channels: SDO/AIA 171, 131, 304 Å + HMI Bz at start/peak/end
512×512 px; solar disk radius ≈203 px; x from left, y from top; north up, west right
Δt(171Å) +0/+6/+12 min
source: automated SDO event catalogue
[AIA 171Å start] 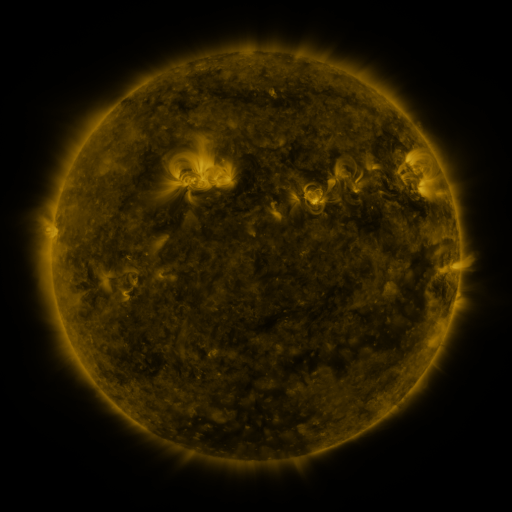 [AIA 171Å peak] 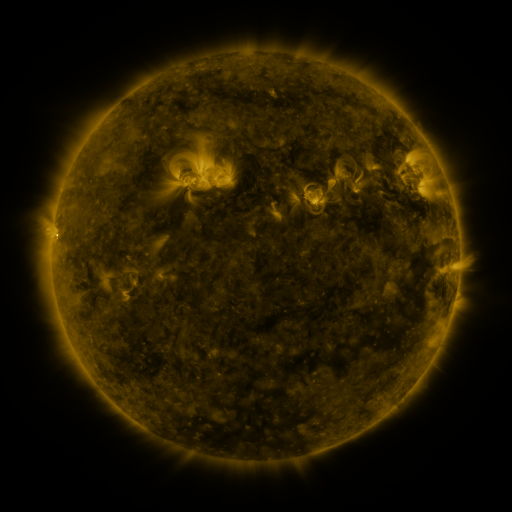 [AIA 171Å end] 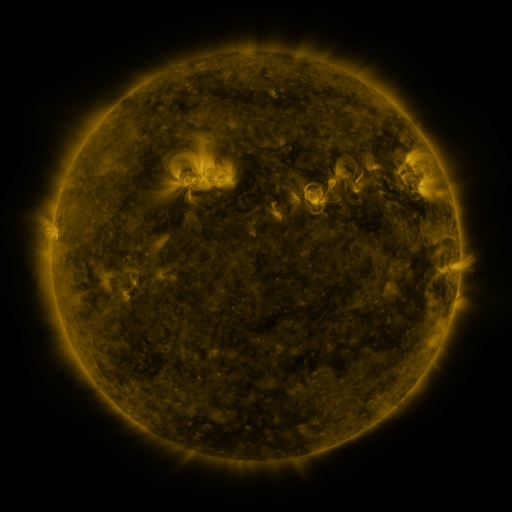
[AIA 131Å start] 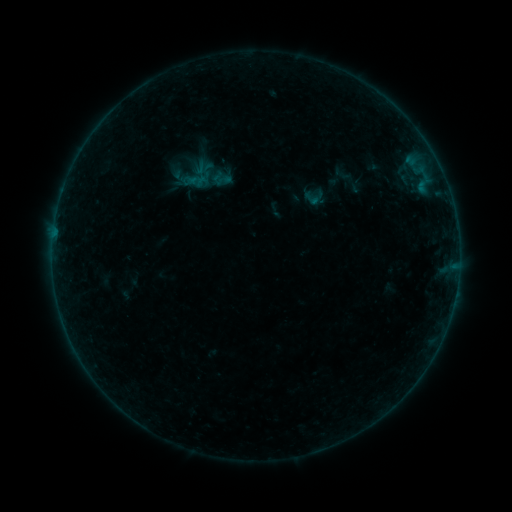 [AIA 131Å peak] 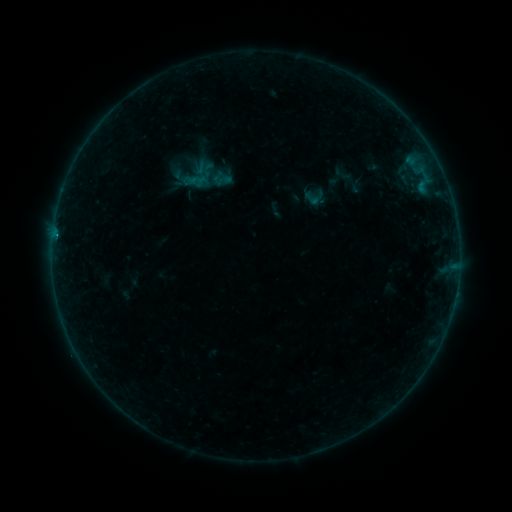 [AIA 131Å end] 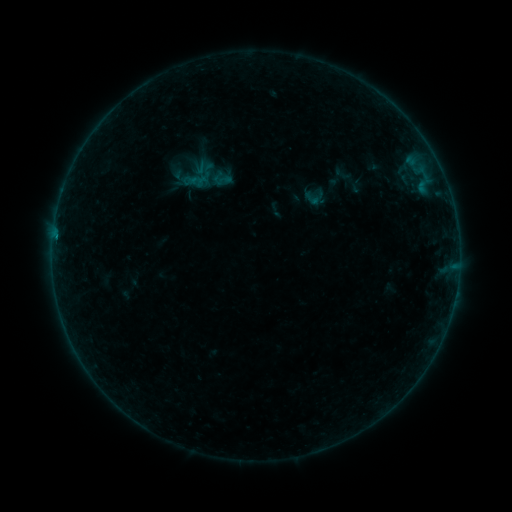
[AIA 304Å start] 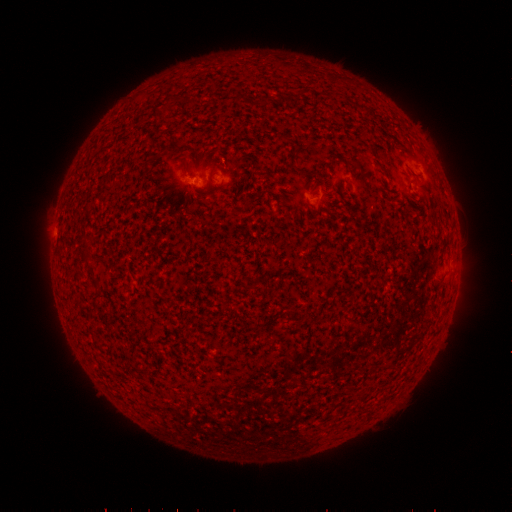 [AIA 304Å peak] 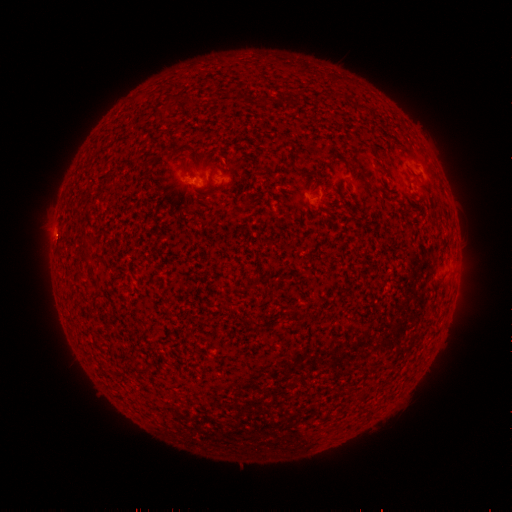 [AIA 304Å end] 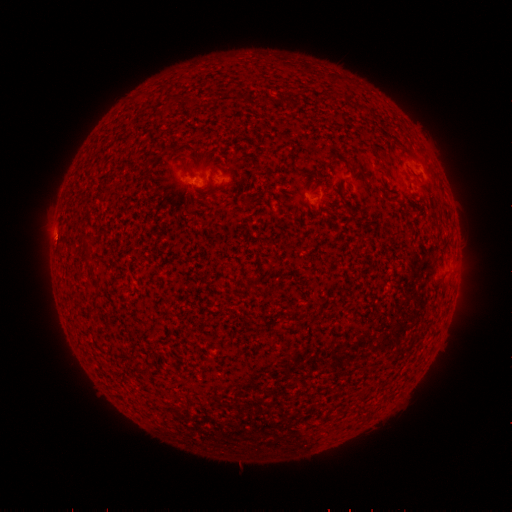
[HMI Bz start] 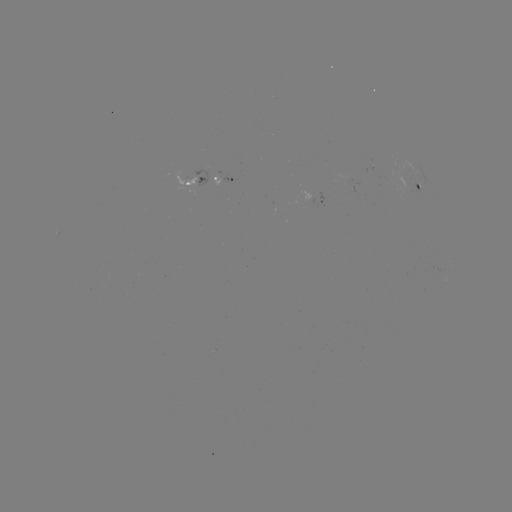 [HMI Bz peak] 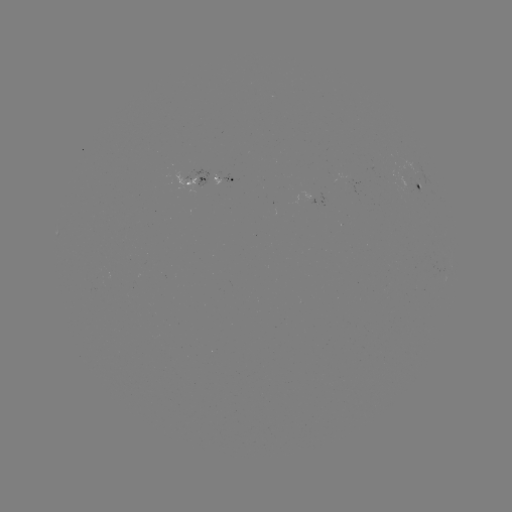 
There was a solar flare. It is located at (56, 237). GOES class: B1.2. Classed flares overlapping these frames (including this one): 1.